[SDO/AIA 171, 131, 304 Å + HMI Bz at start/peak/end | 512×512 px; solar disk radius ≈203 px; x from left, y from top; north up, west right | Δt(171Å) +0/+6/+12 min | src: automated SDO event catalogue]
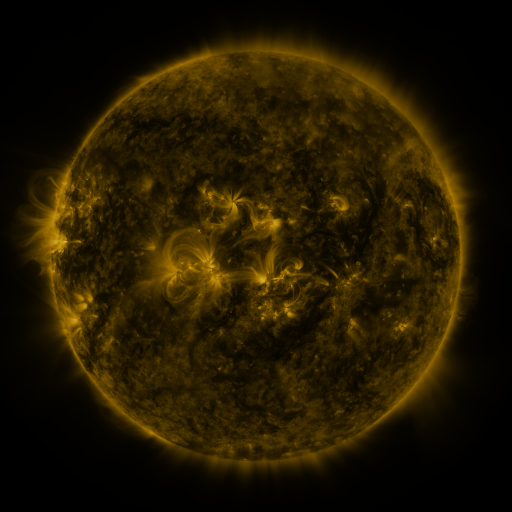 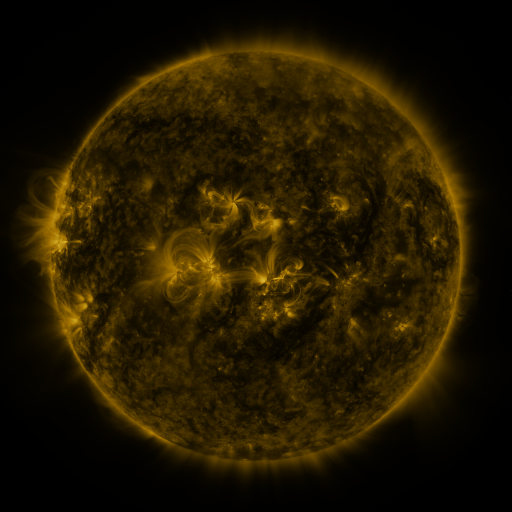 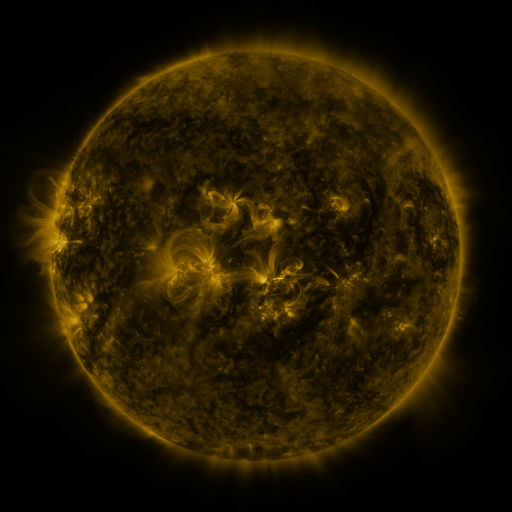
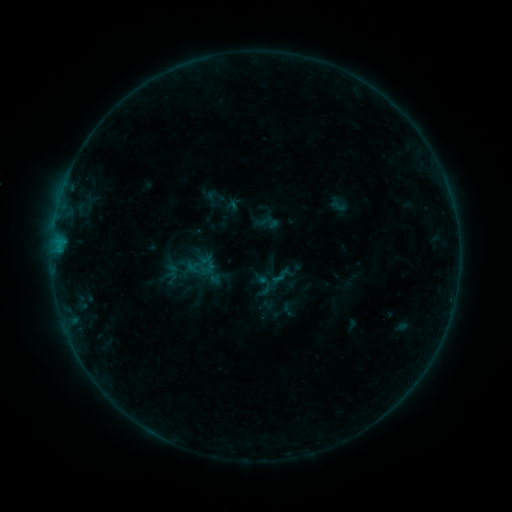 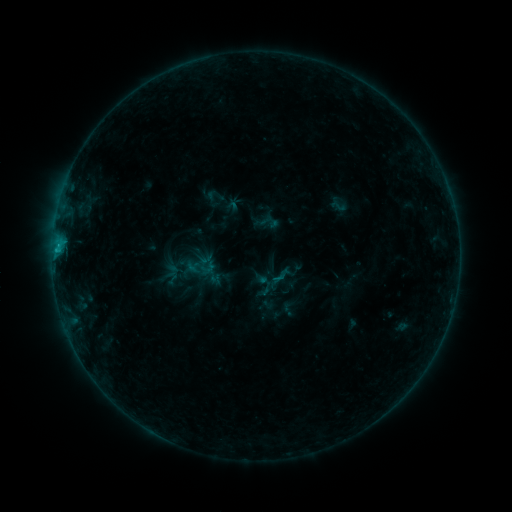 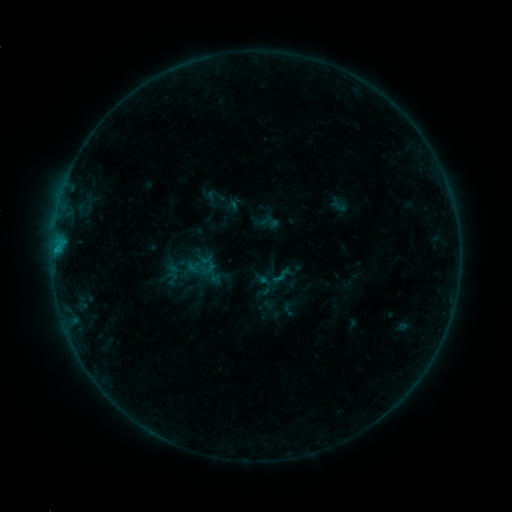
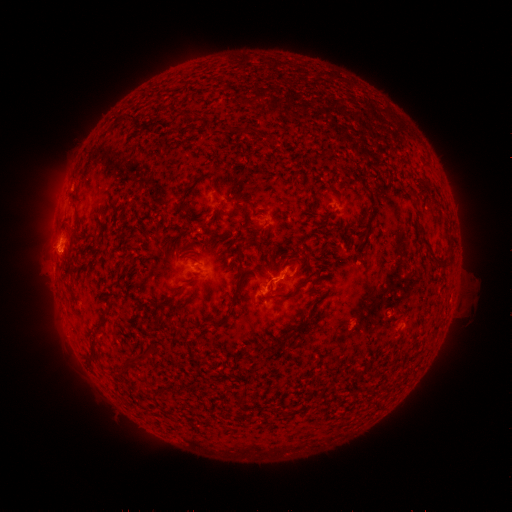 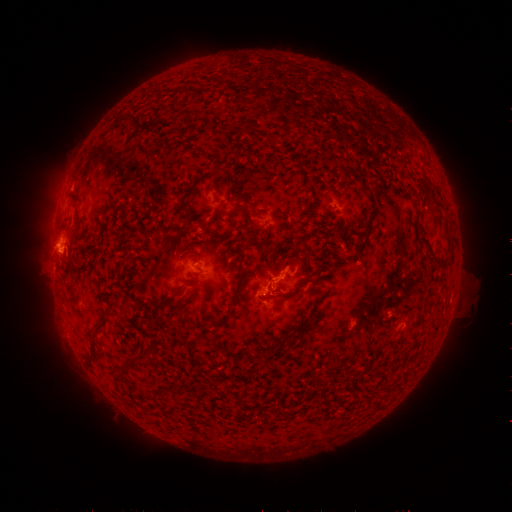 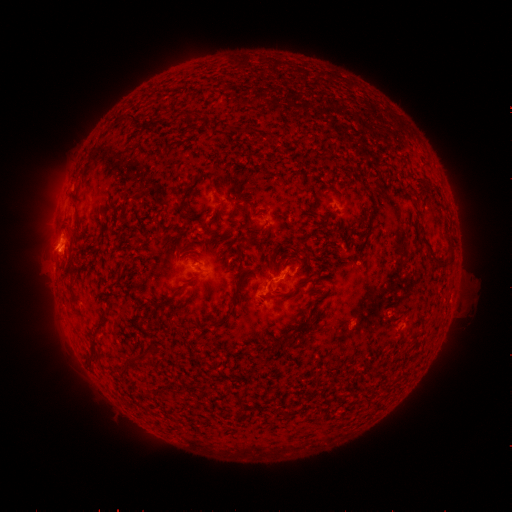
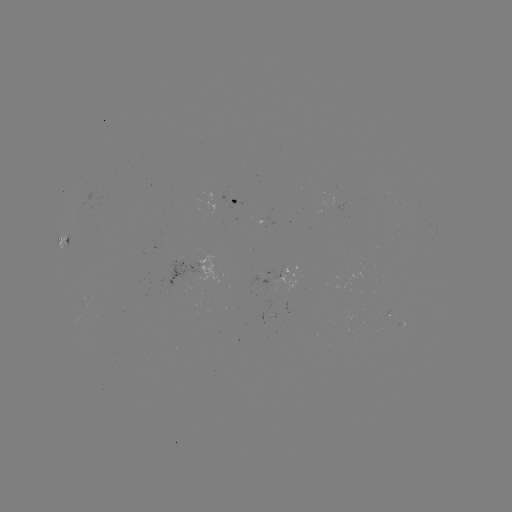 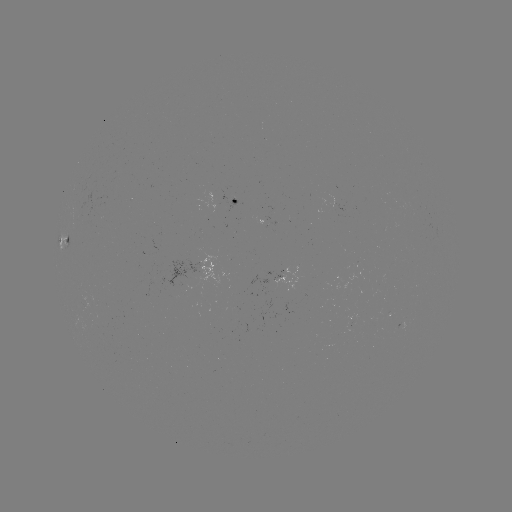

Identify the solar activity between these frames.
B8.1 flare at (58, 245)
